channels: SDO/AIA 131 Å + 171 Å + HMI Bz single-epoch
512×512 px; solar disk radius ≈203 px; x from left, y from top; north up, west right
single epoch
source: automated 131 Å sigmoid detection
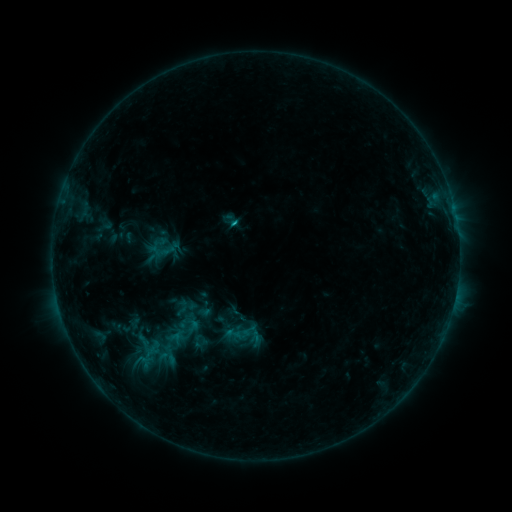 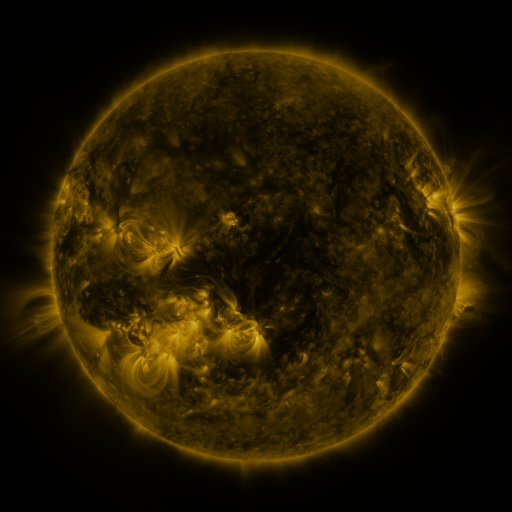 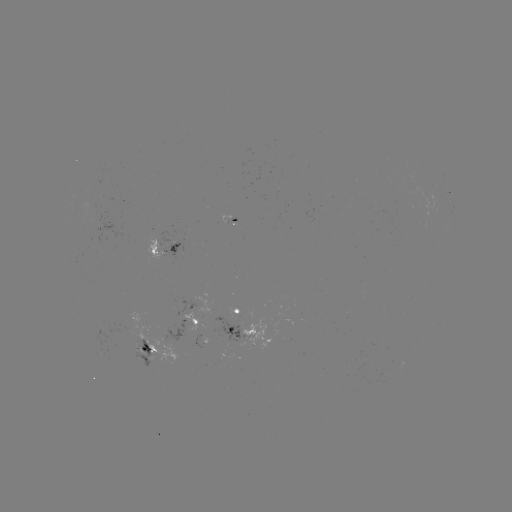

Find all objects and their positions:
sigmoid: (223, 325, 242, 342)
